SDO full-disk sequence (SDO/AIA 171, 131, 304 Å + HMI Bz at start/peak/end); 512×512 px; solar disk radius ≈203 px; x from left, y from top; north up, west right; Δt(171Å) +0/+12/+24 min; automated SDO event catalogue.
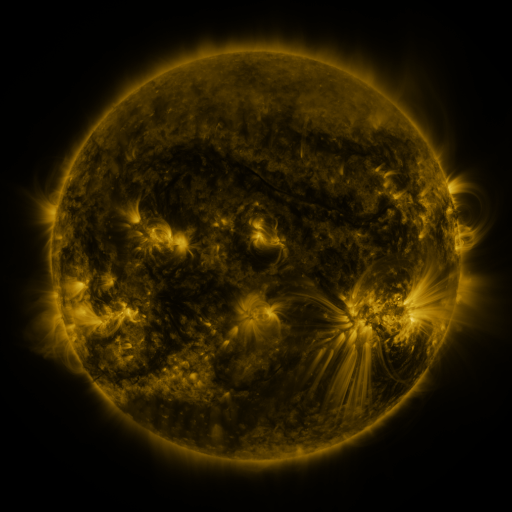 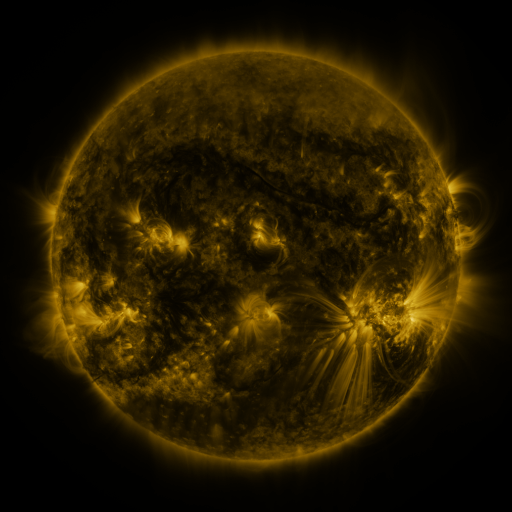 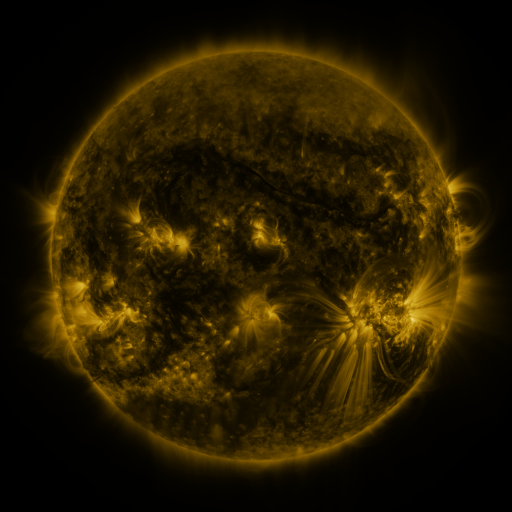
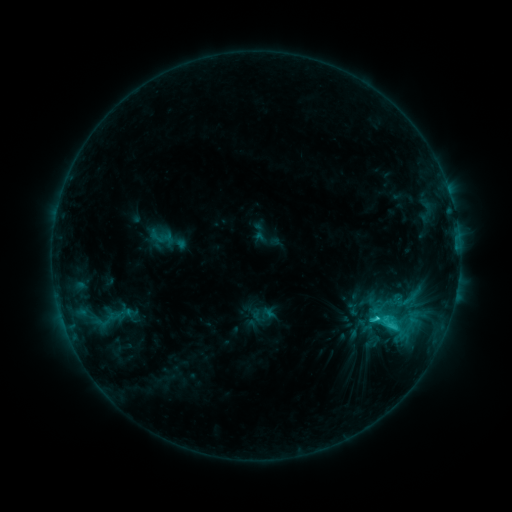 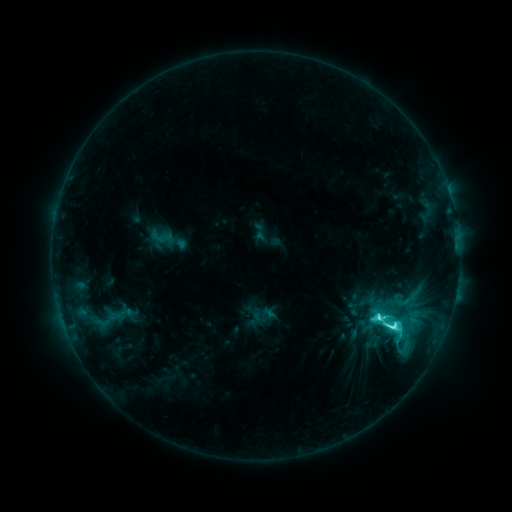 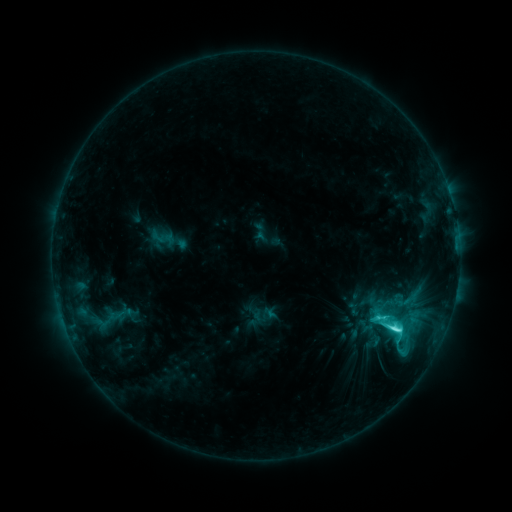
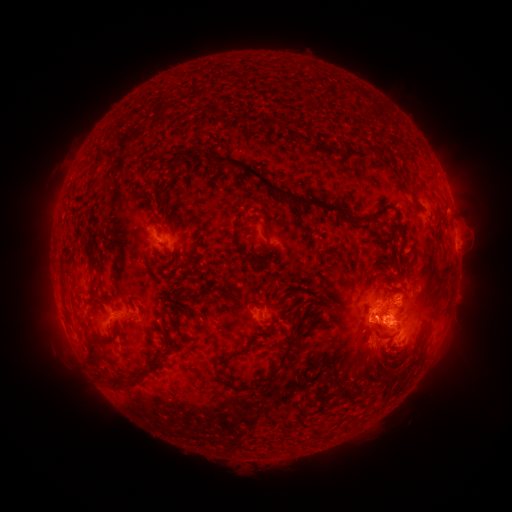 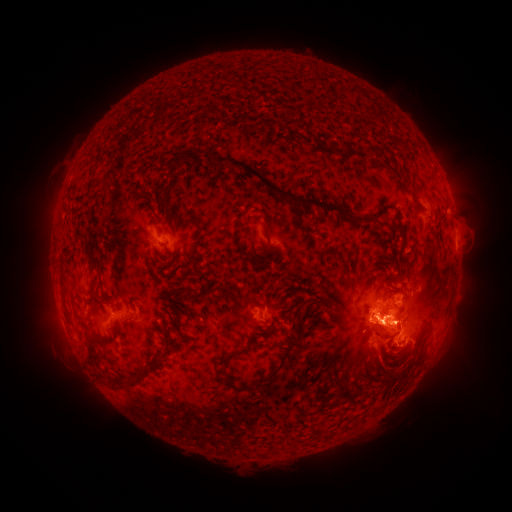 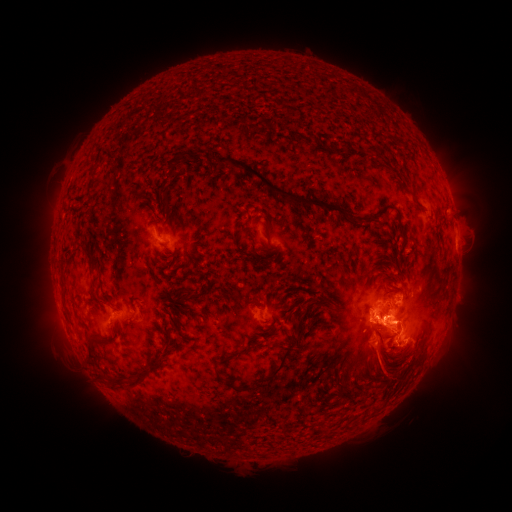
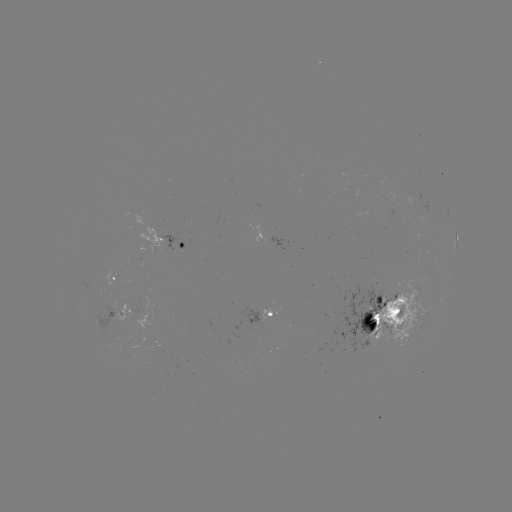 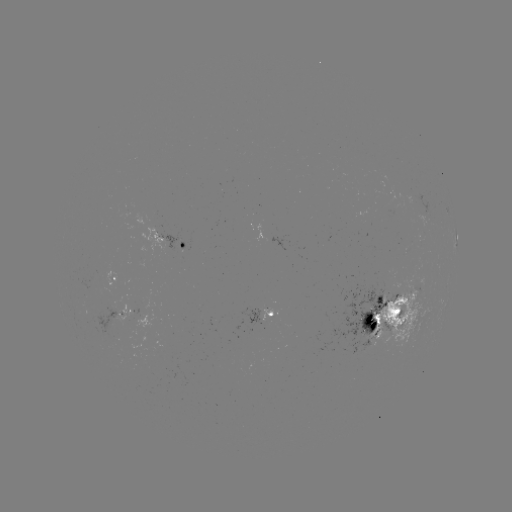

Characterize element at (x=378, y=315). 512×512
M1.0 flare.